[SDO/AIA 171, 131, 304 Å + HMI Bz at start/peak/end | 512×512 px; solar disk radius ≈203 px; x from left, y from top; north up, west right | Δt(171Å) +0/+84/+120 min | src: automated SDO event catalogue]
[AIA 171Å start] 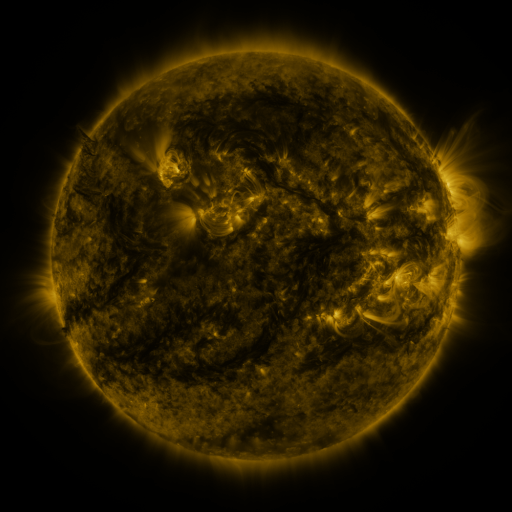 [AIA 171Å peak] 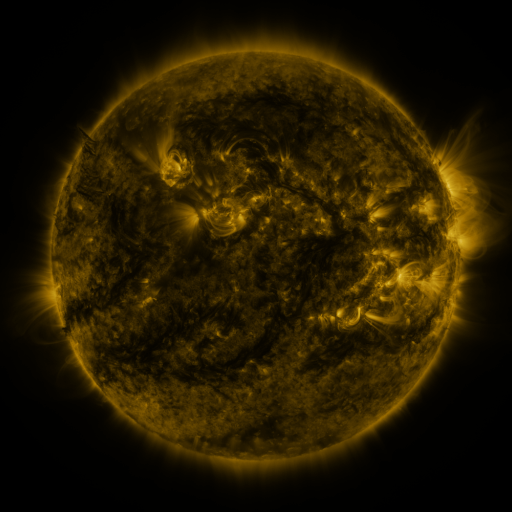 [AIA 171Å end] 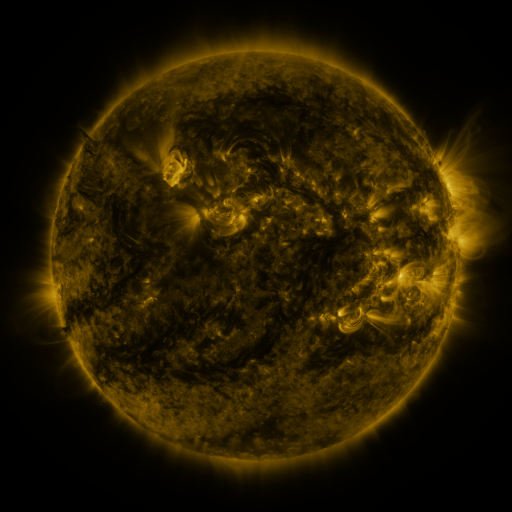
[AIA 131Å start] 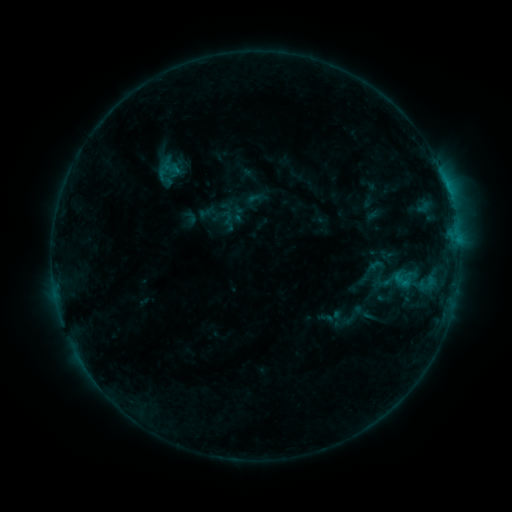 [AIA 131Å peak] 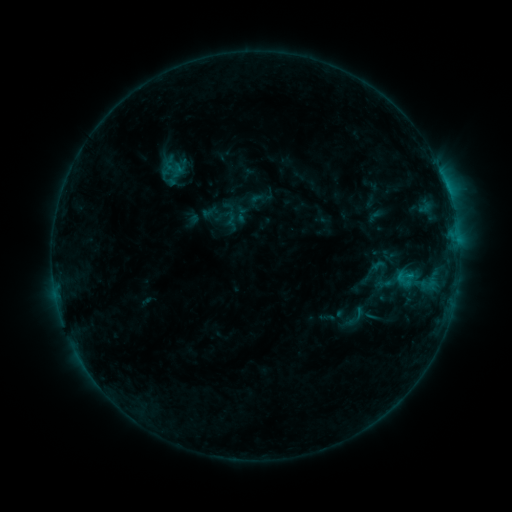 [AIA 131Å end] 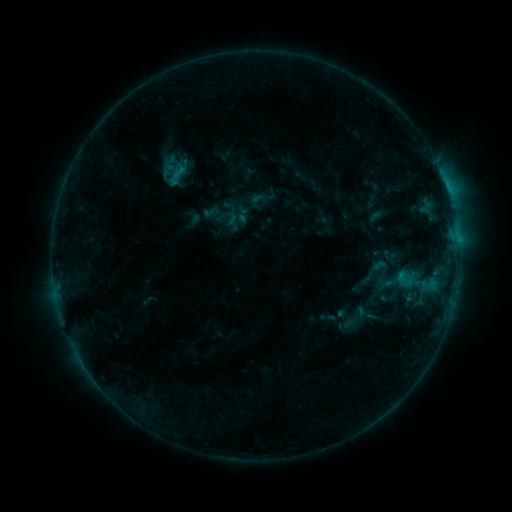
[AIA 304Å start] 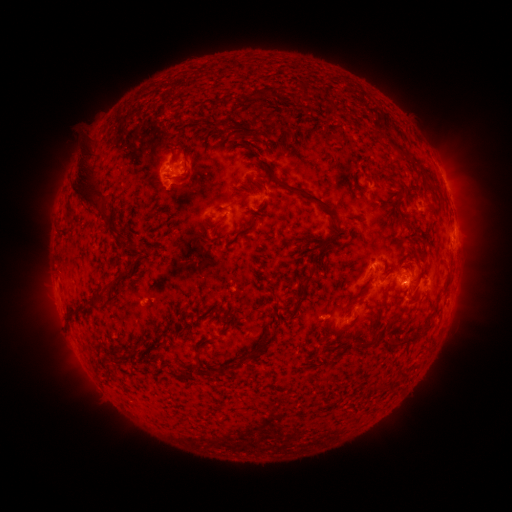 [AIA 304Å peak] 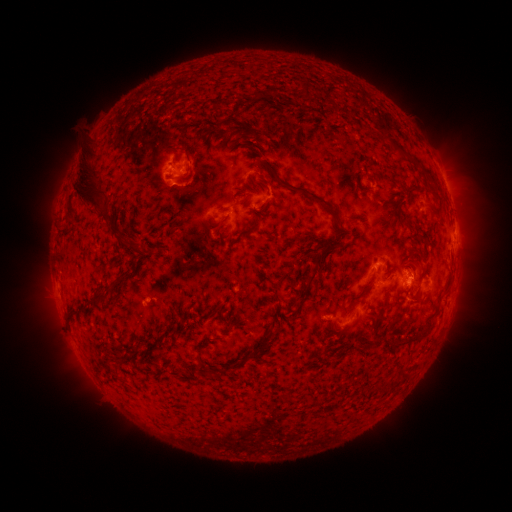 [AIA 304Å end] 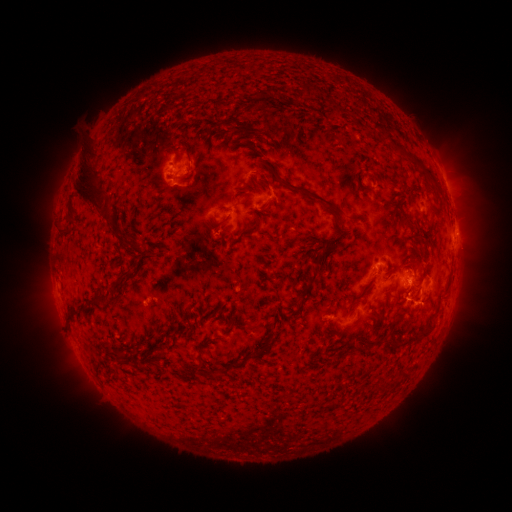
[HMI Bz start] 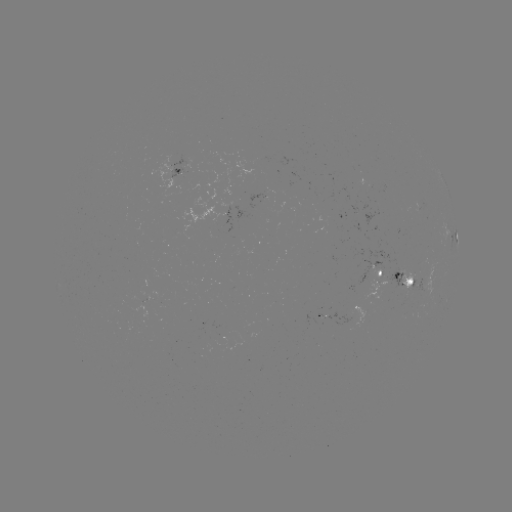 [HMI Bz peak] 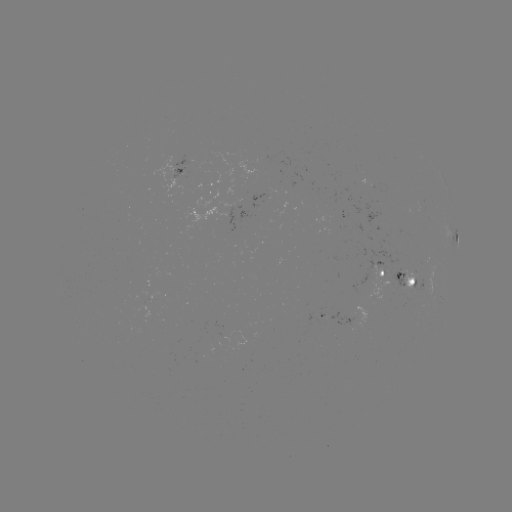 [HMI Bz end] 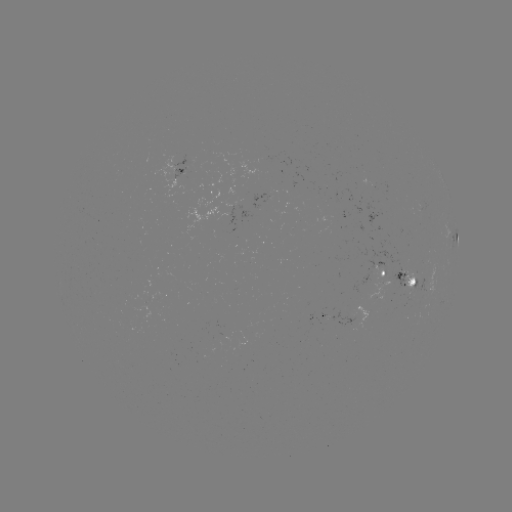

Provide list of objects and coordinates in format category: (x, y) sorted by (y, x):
emerging-flux region: (415, 310)
